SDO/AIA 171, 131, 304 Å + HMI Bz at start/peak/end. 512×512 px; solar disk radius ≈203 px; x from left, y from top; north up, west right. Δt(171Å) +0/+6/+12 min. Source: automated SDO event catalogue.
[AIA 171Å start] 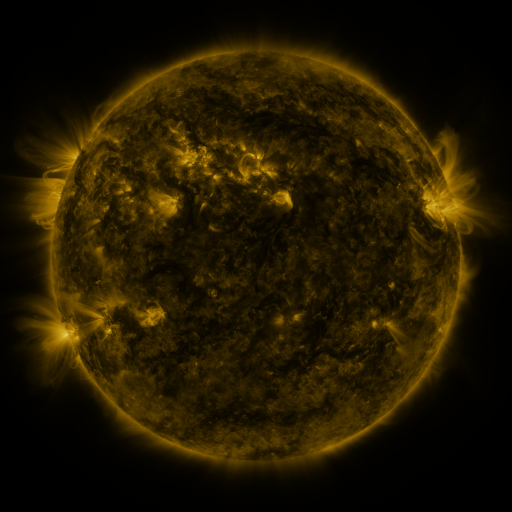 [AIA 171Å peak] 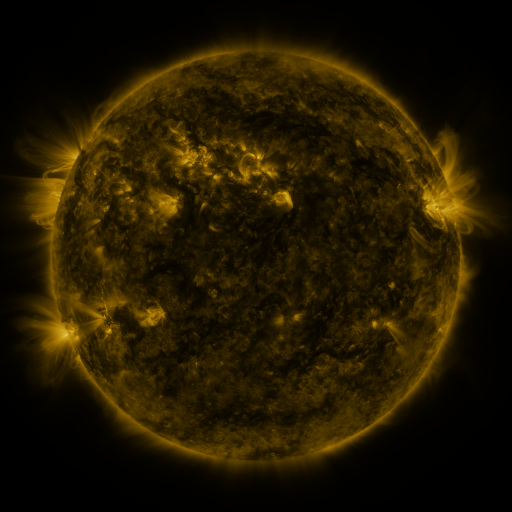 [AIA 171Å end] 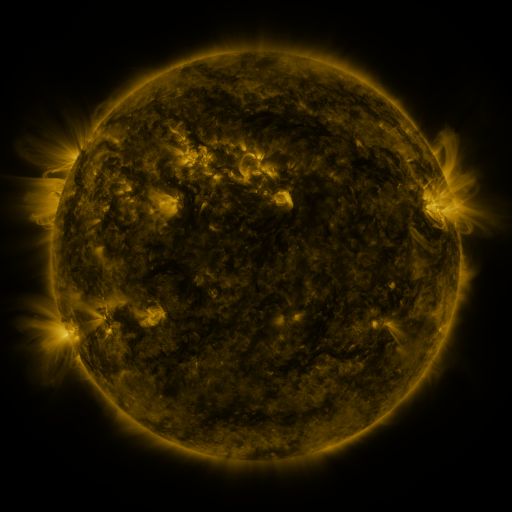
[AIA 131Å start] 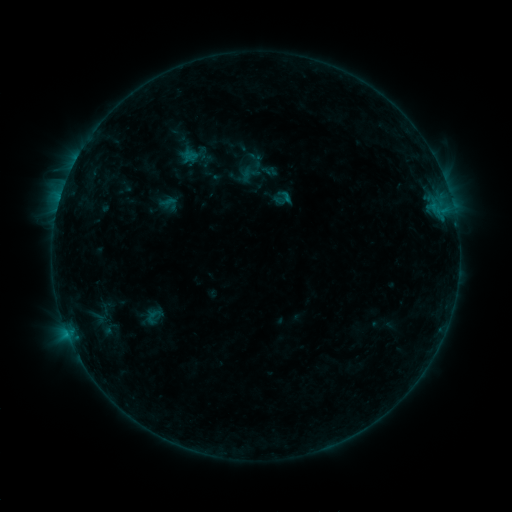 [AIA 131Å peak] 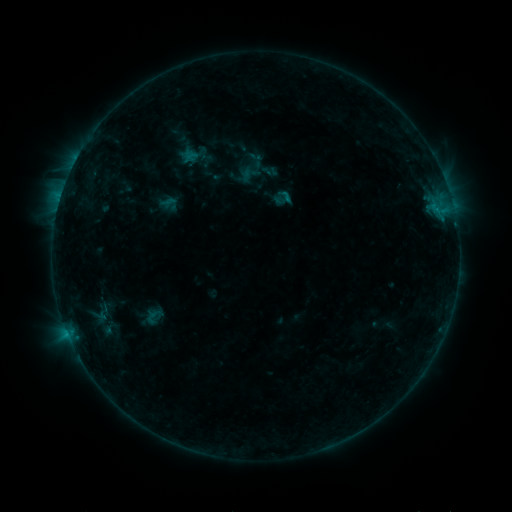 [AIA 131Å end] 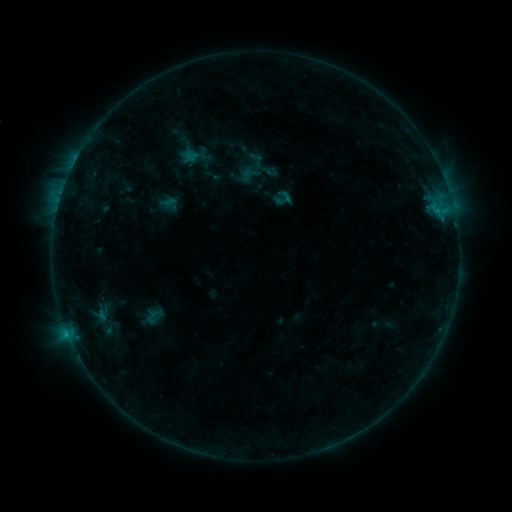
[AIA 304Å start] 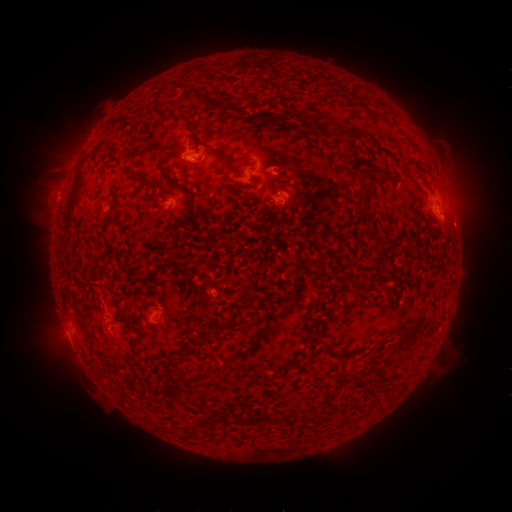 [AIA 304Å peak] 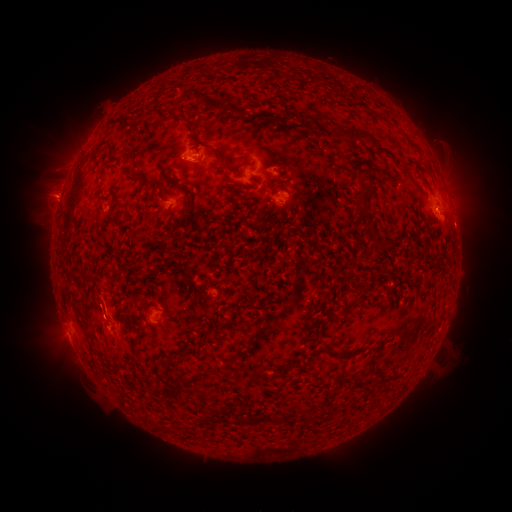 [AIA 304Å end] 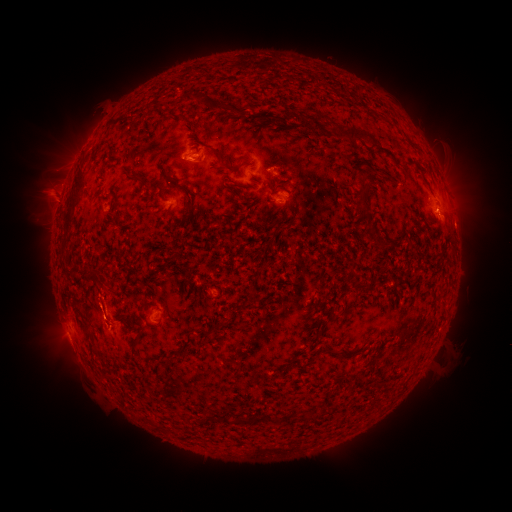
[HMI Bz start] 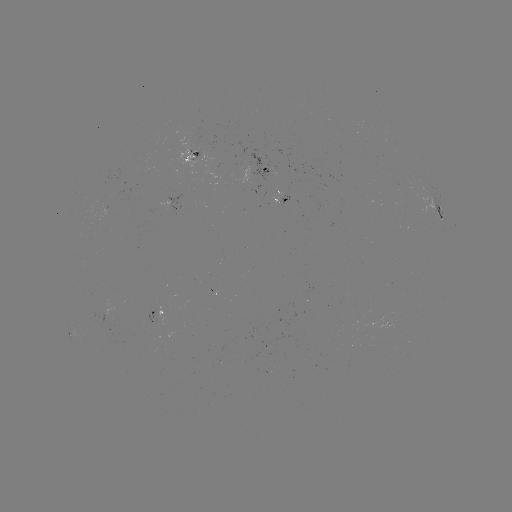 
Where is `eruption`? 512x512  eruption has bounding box [24, 172, 82, 221].